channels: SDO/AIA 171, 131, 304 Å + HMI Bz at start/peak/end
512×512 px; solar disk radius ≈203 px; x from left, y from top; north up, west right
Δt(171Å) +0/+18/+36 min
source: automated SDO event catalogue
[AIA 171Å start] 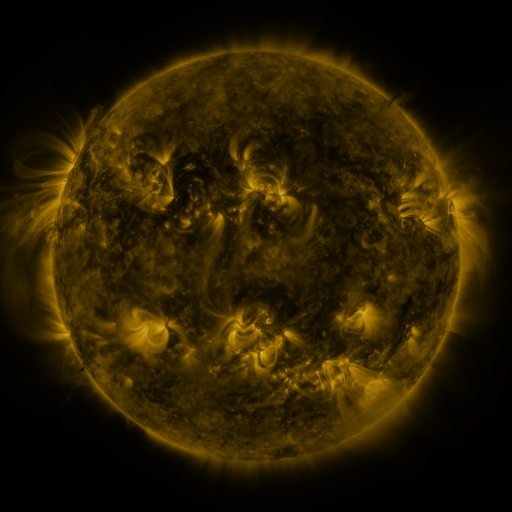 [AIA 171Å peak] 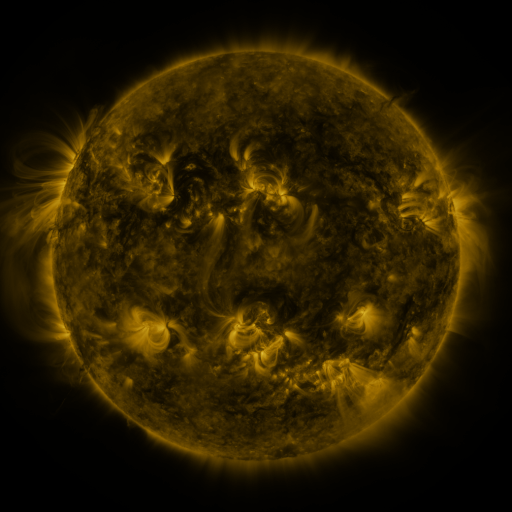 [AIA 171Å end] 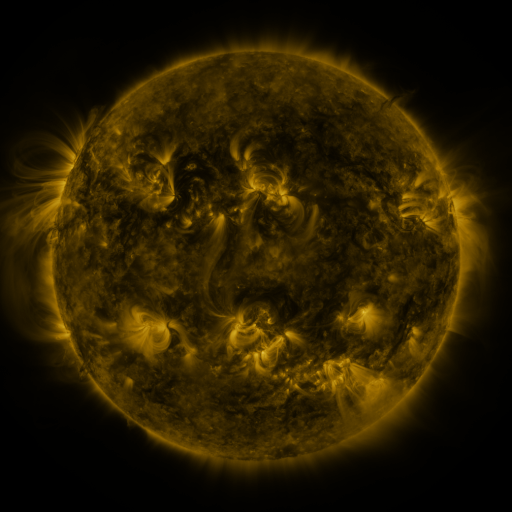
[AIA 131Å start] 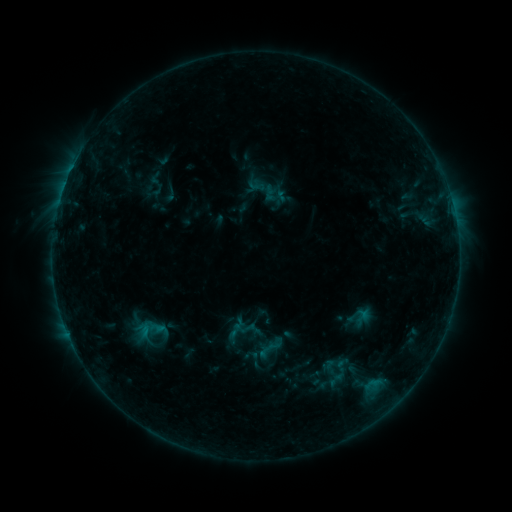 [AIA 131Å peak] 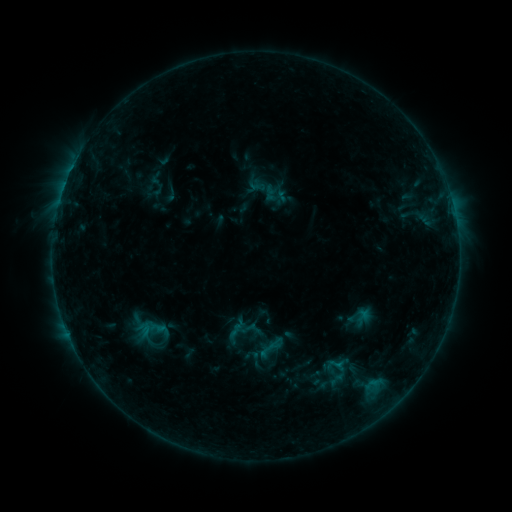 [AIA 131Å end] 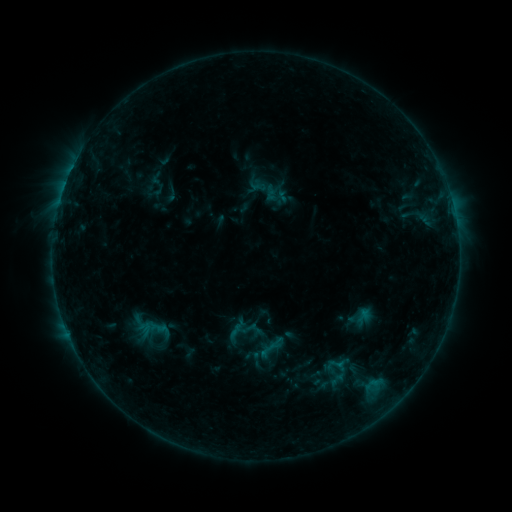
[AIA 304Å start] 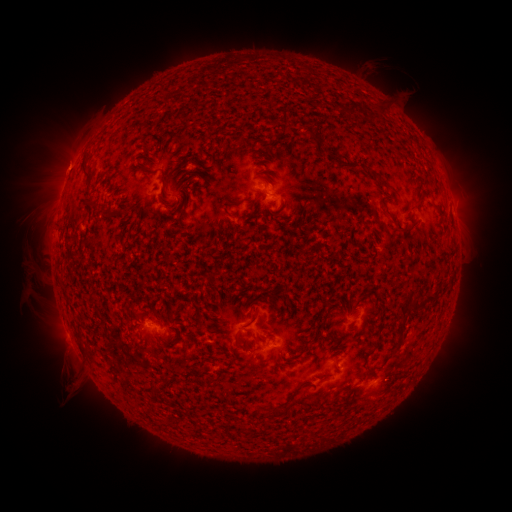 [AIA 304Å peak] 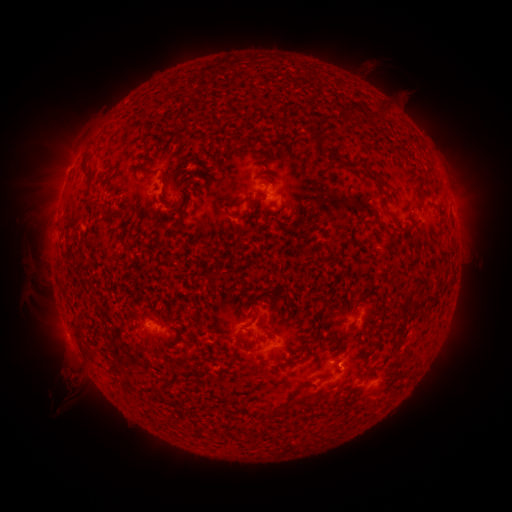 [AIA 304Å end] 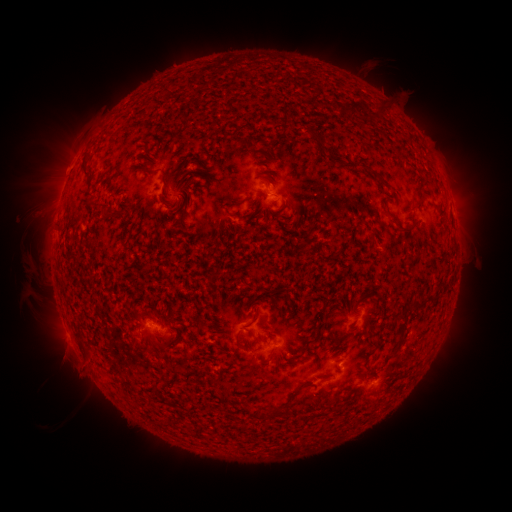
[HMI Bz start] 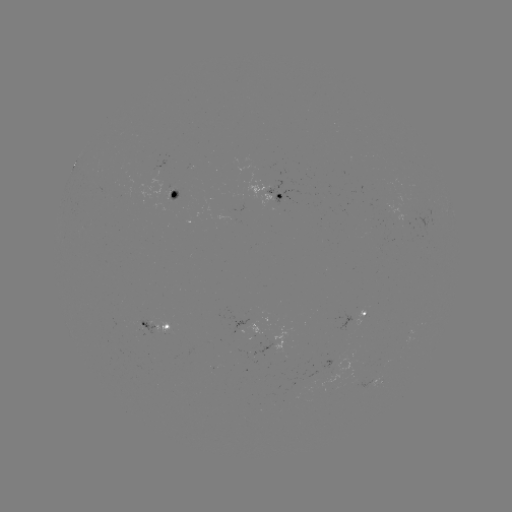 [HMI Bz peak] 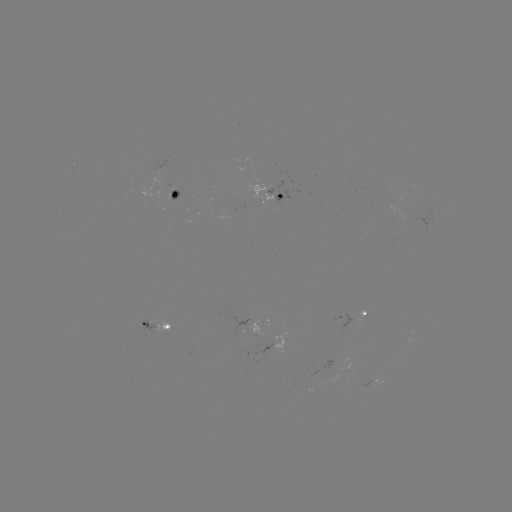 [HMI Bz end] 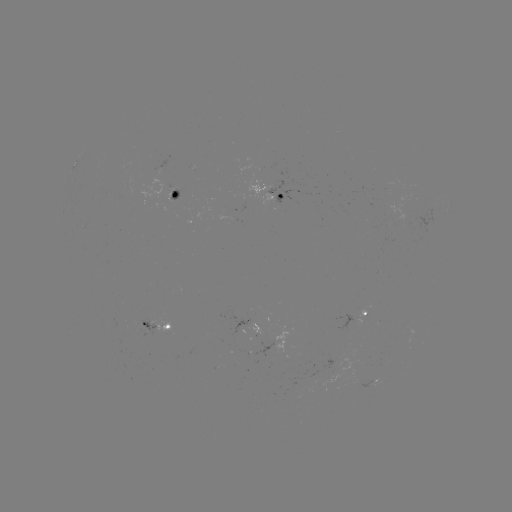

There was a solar eruption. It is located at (70, 372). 